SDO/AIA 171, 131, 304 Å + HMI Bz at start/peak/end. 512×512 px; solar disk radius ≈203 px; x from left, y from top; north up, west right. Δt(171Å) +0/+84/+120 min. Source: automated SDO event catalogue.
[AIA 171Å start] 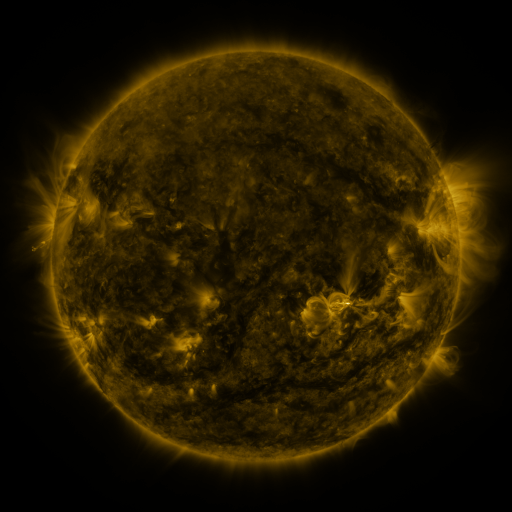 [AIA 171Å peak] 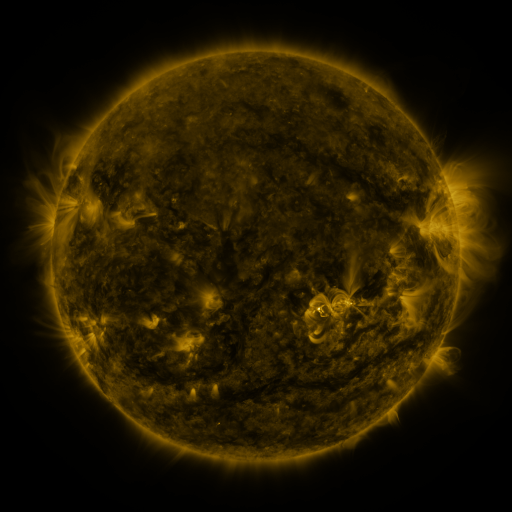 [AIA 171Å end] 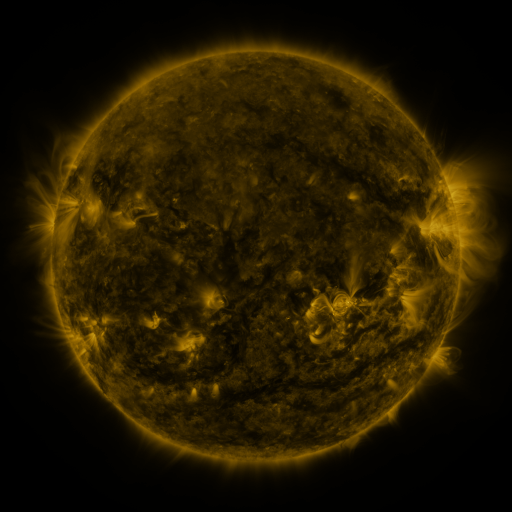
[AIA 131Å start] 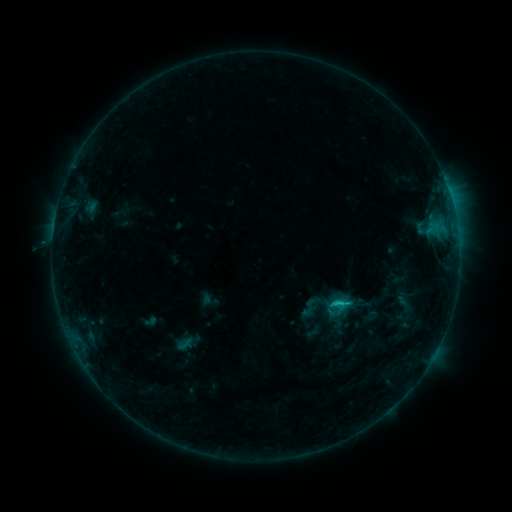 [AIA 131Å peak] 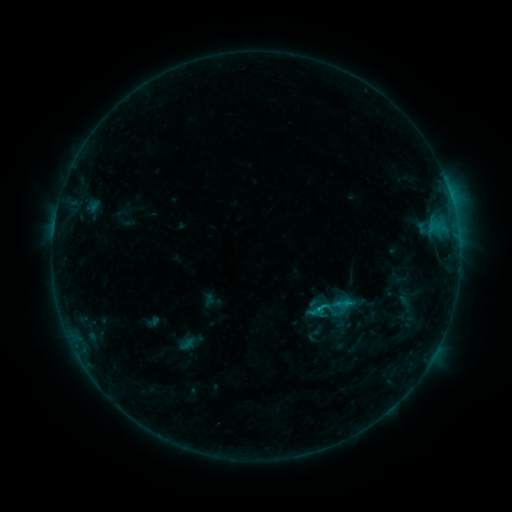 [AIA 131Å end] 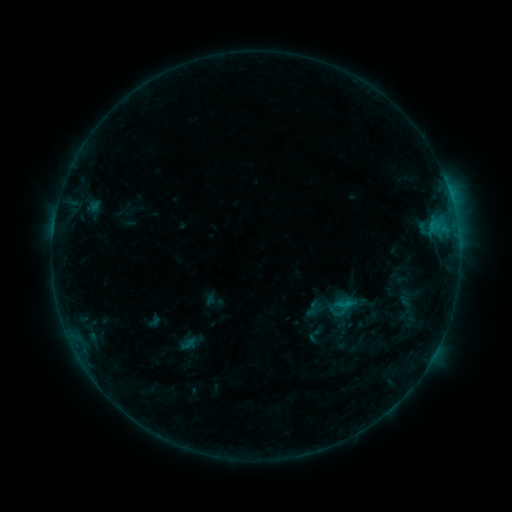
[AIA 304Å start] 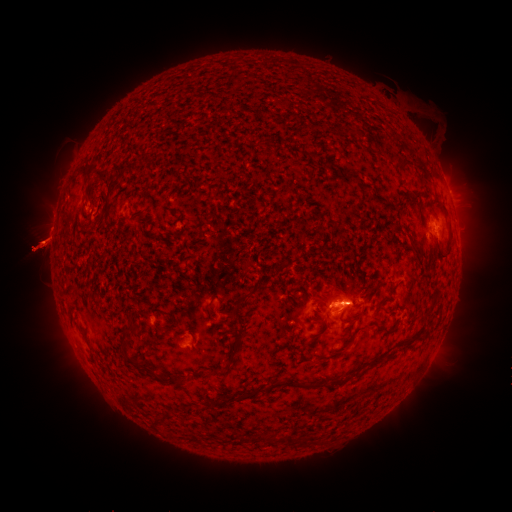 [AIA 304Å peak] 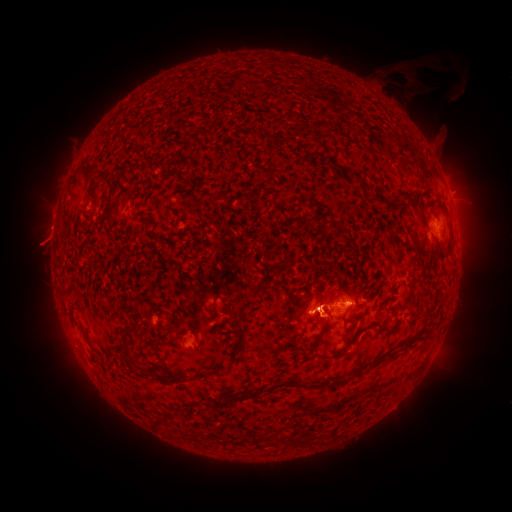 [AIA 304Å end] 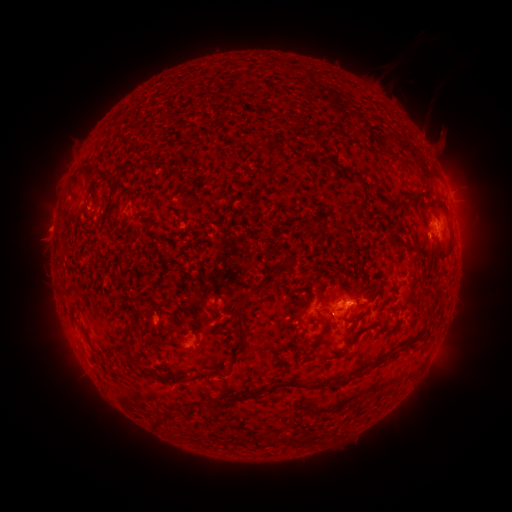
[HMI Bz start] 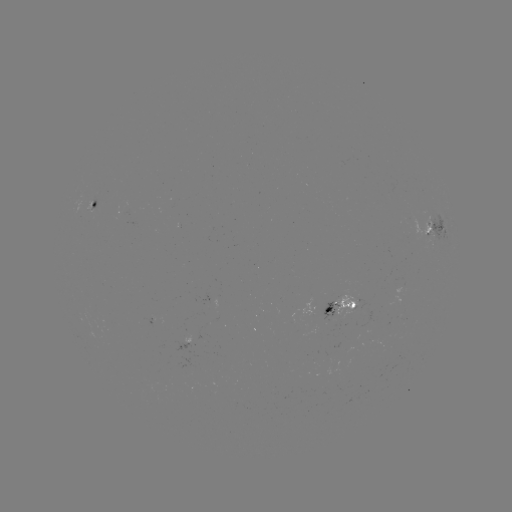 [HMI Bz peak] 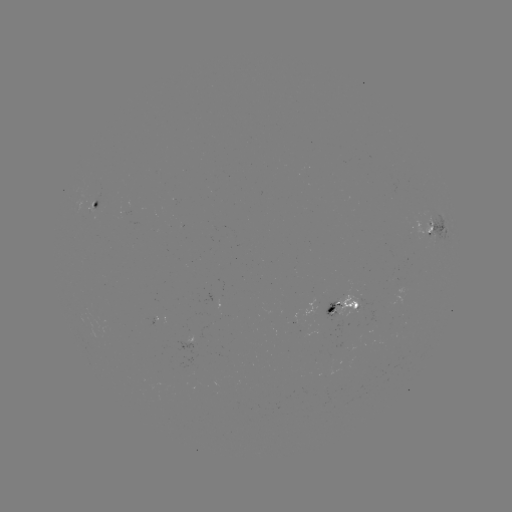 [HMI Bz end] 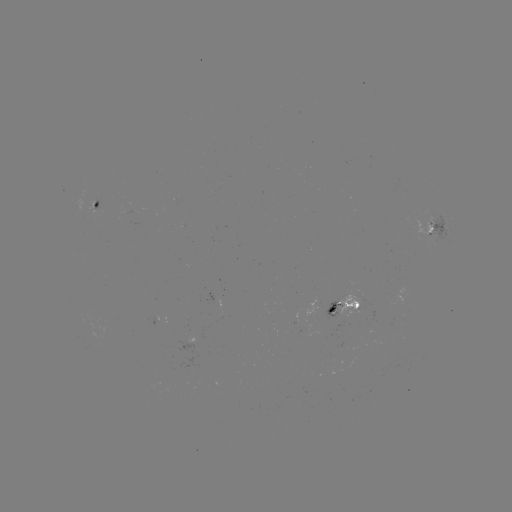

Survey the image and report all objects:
emerging-flux region: (90, 208)
